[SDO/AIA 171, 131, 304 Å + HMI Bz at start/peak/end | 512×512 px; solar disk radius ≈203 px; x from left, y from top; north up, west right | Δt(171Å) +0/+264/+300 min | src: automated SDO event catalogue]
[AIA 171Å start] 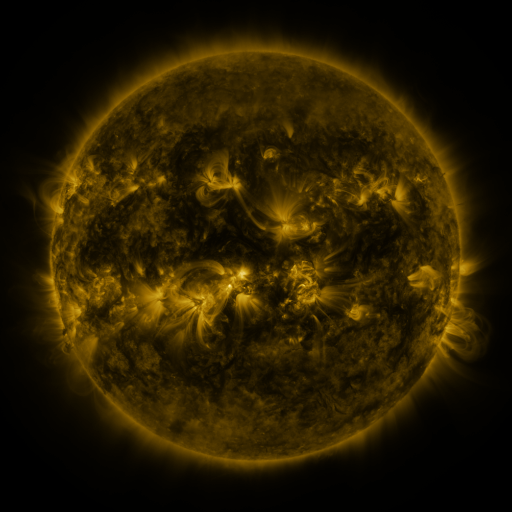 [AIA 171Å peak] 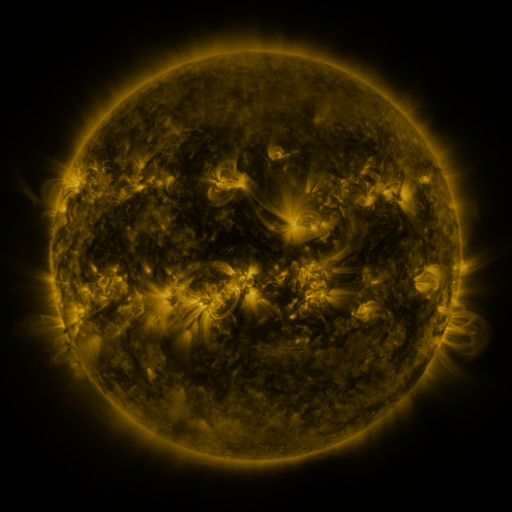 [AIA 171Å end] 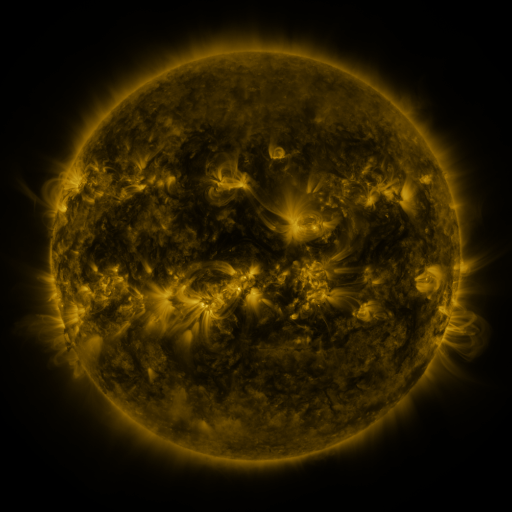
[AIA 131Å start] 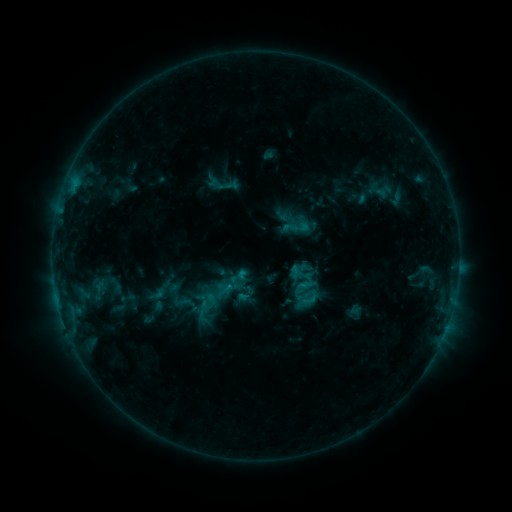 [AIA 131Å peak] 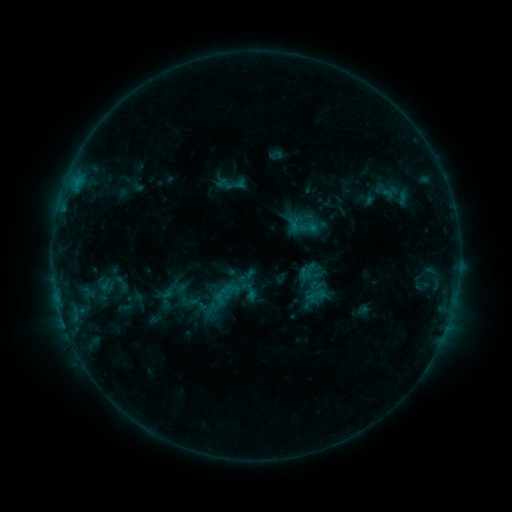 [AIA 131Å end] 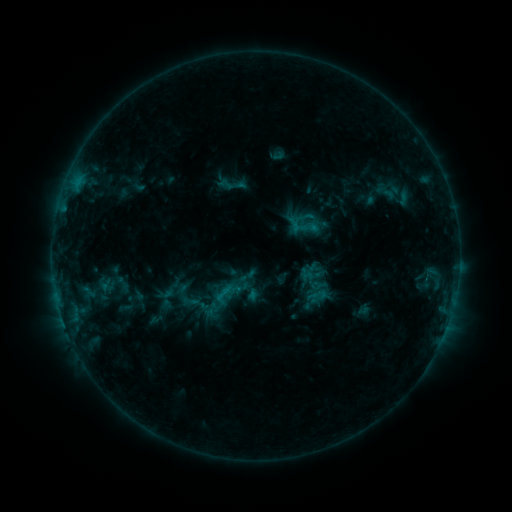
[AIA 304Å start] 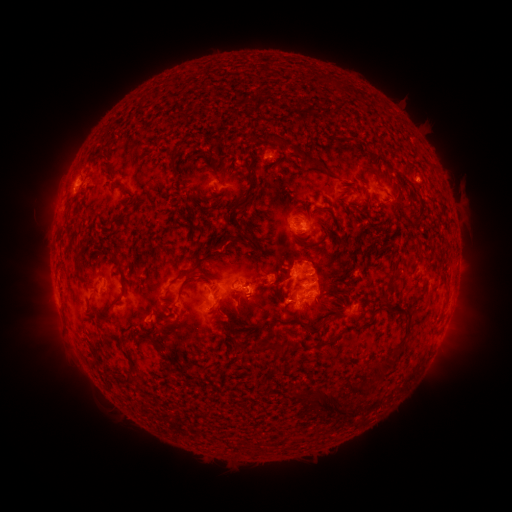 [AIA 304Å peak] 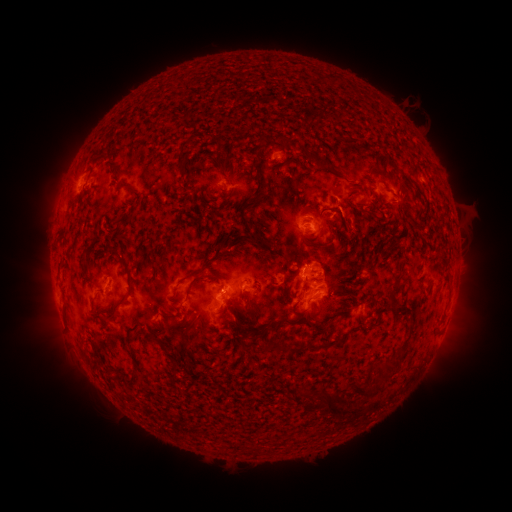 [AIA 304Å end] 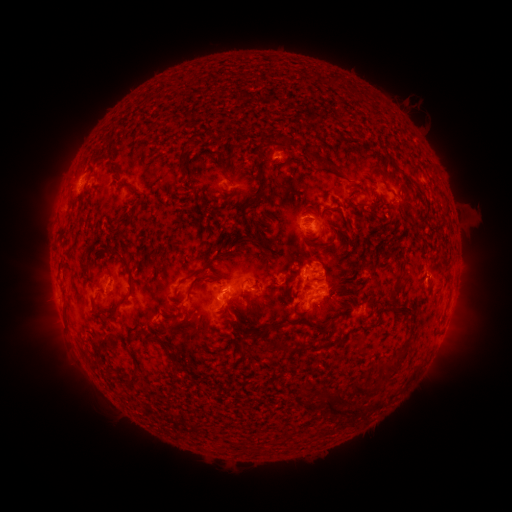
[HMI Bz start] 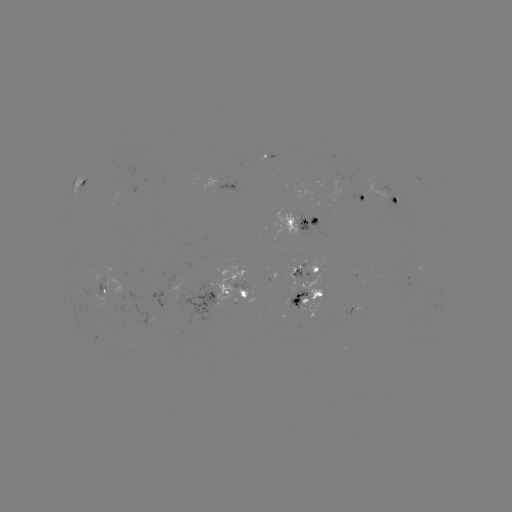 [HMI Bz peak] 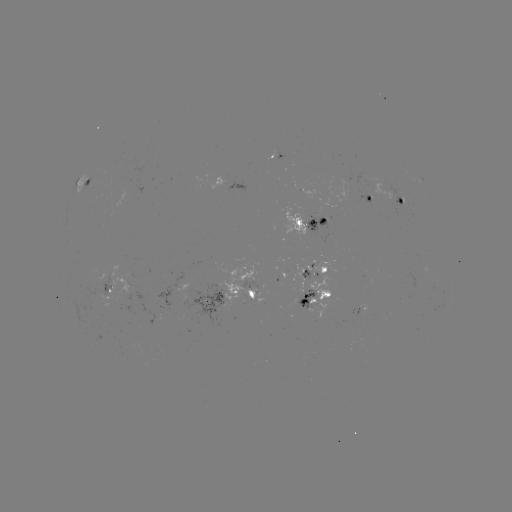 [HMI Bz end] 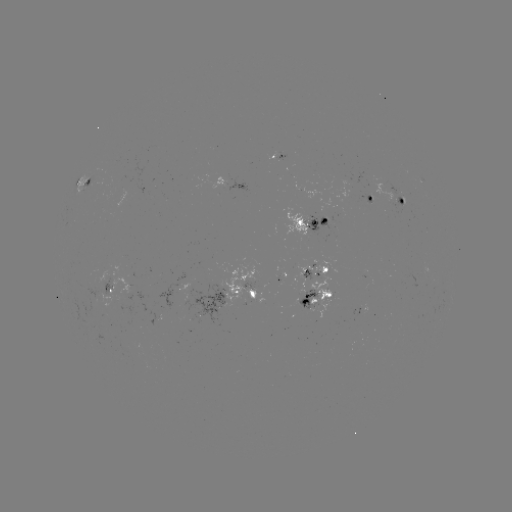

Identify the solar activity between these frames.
emerging-flux region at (324, 212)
